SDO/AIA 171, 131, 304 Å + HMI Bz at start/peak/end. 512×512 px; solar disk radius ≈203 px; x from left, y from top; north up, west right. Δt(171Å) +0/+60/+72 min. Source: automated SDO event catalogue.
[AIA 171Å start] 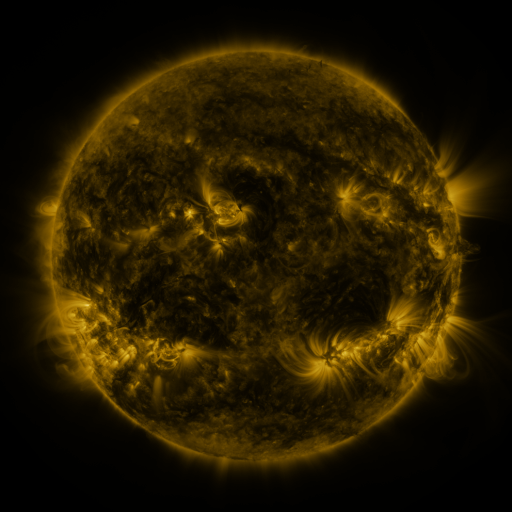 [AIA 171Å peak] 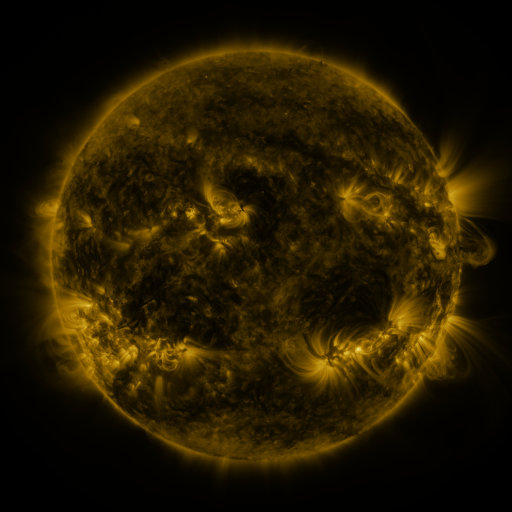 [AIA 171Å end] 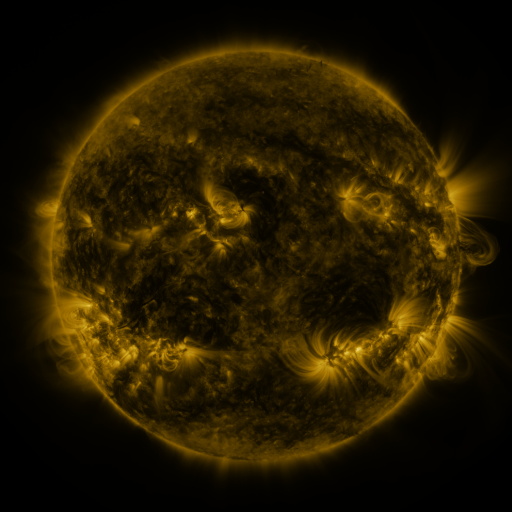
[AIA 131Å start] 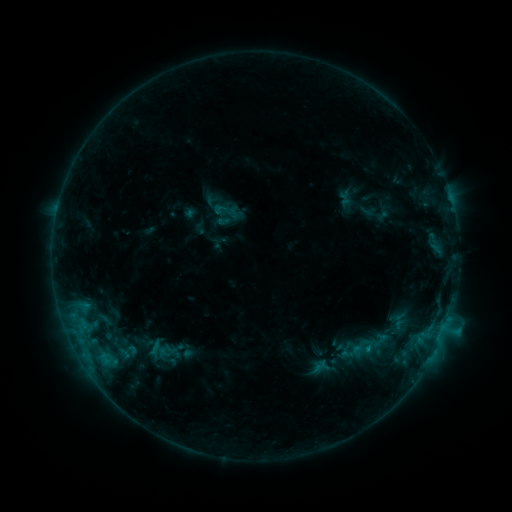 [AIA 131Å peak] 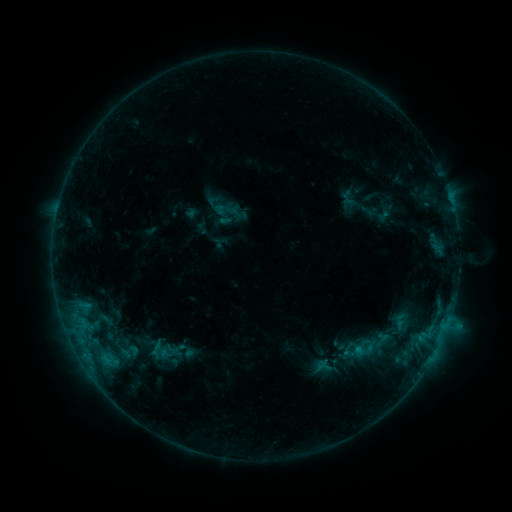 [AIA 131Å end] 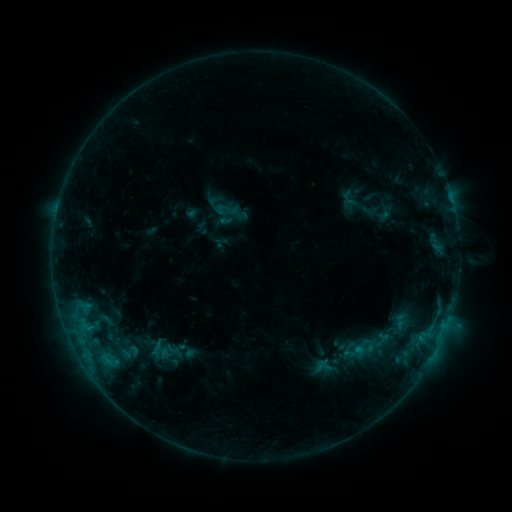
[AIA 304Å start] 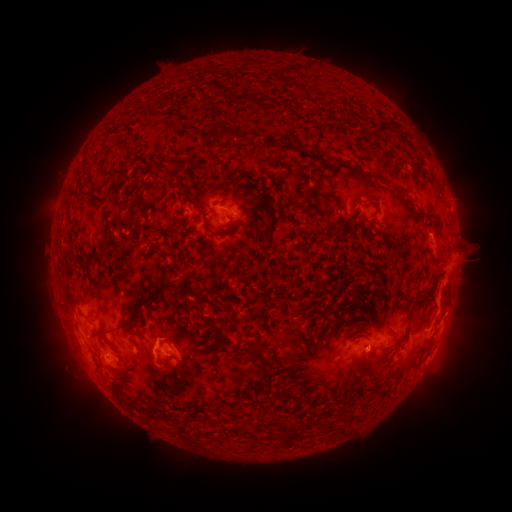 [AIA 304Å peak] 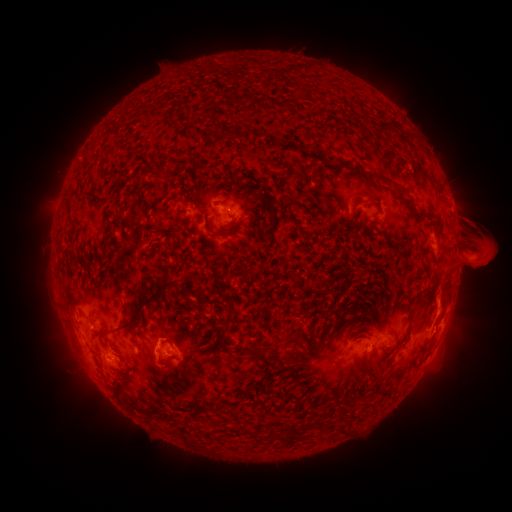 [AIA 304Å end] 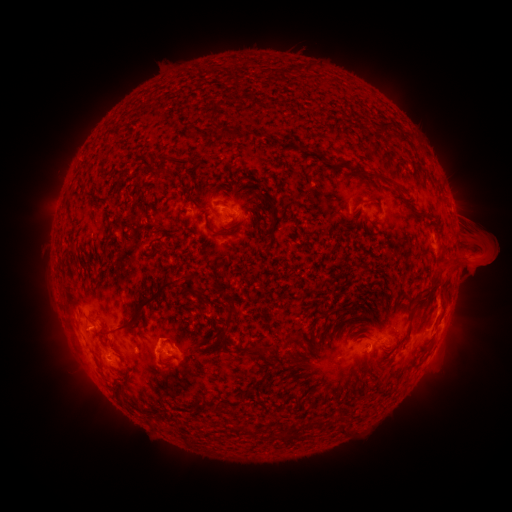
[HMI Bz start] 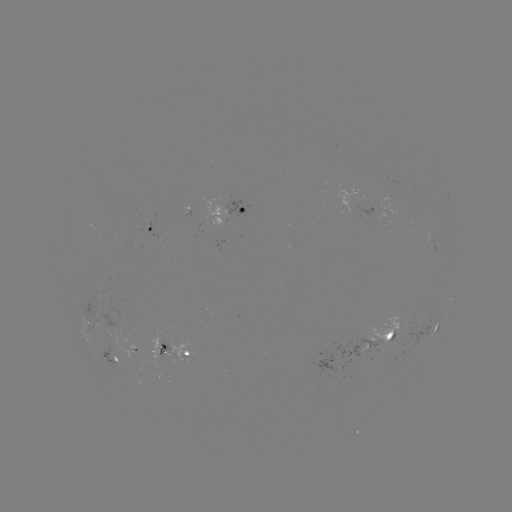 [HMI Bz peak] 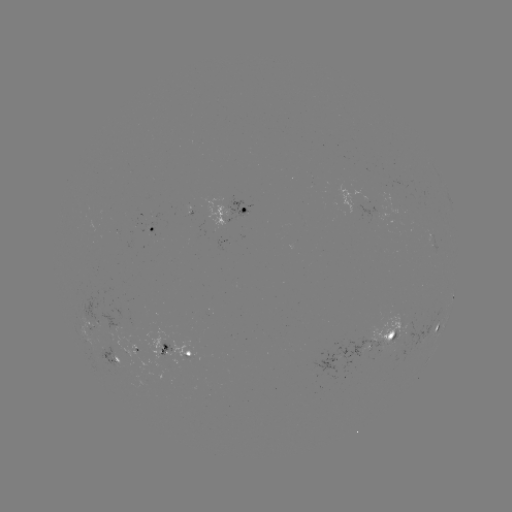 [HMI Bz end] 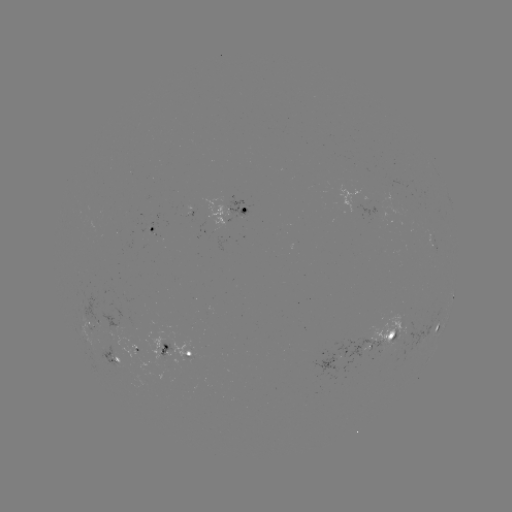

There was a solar emerging-flux region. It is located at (398, 337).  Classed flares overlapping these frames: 1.